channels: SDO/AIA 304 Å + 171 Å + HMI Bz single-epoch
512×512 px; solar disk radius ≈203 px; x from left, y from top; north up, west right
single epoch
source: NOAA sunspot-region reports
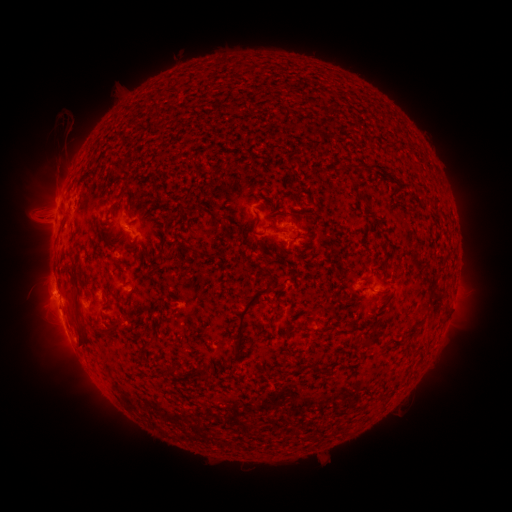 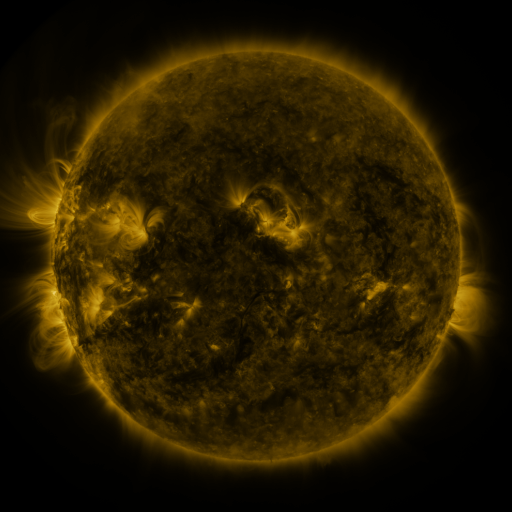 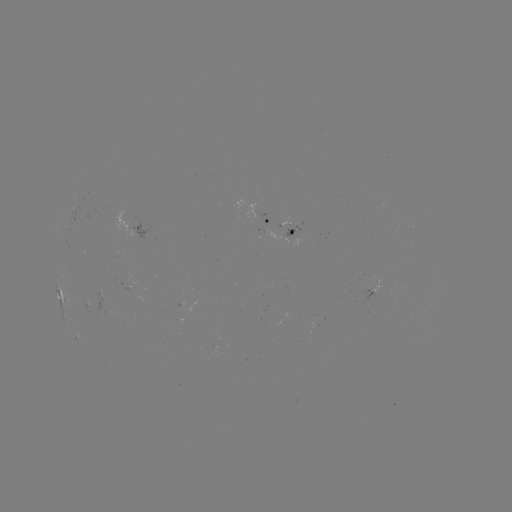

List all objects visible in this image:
spotted active region: (266, 219)
spotted active region: (74, 221)
spotted active region: (130, 224)
spotted active region: (291, 233)
spotted active region: (60, 293)
spotted active region: (371, 295)
spotted active region: (97, 296)
